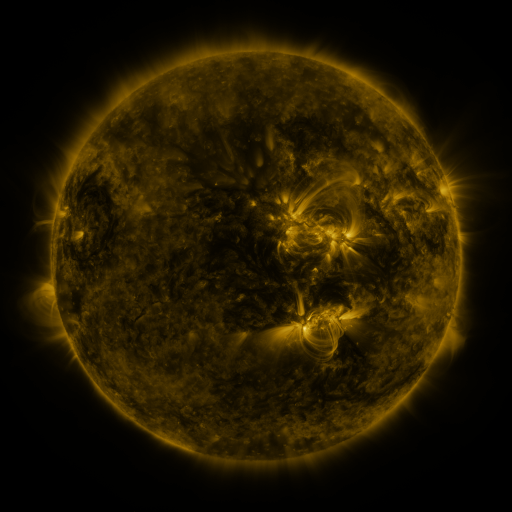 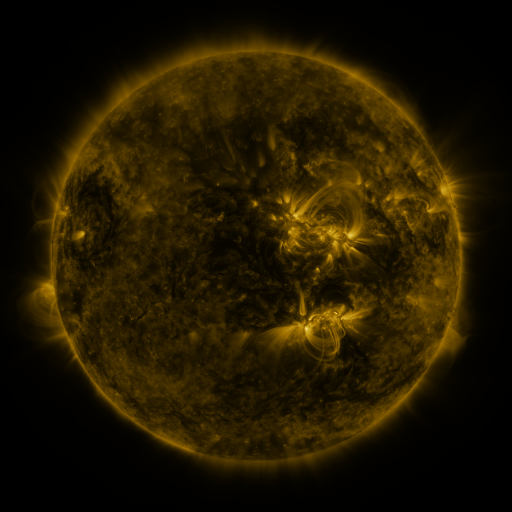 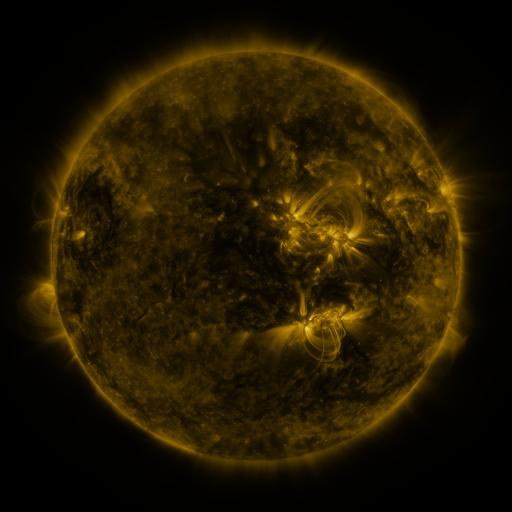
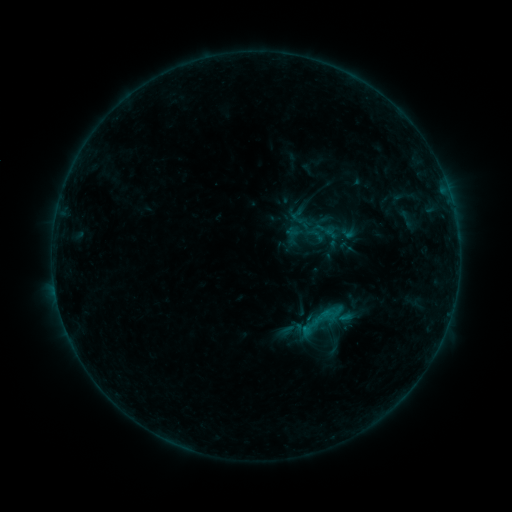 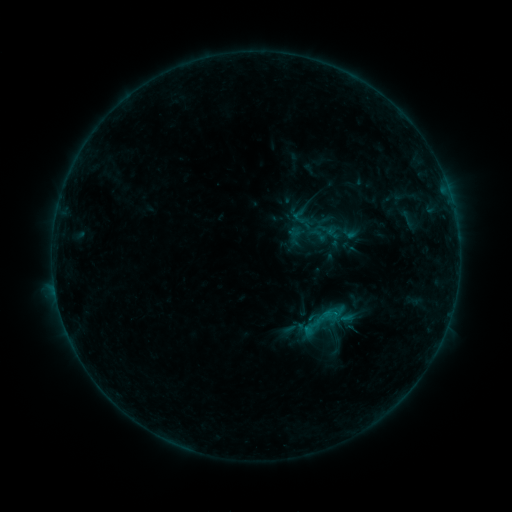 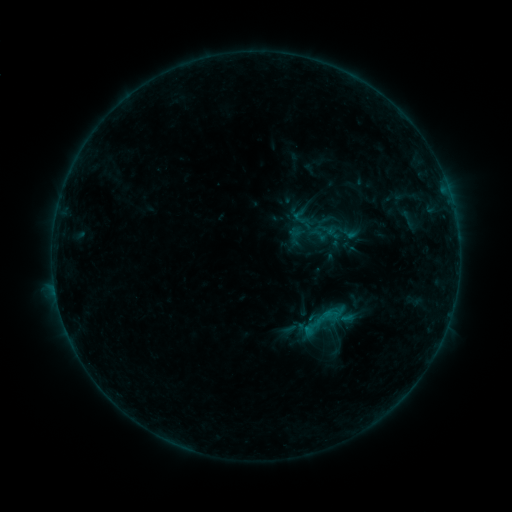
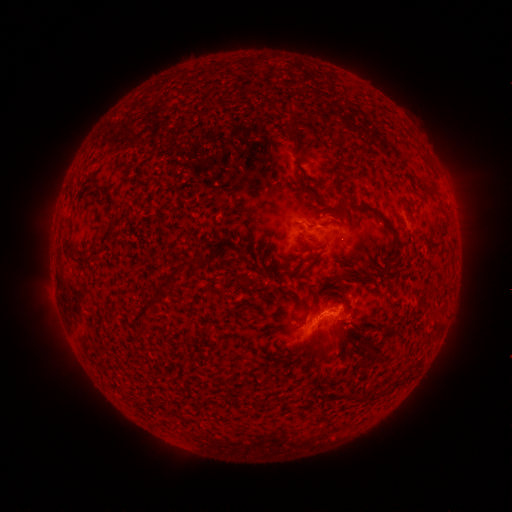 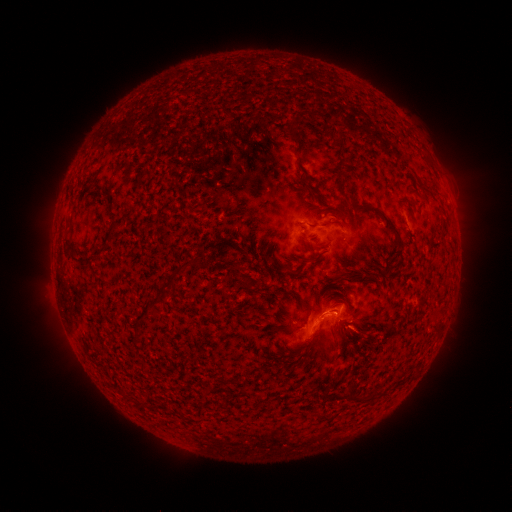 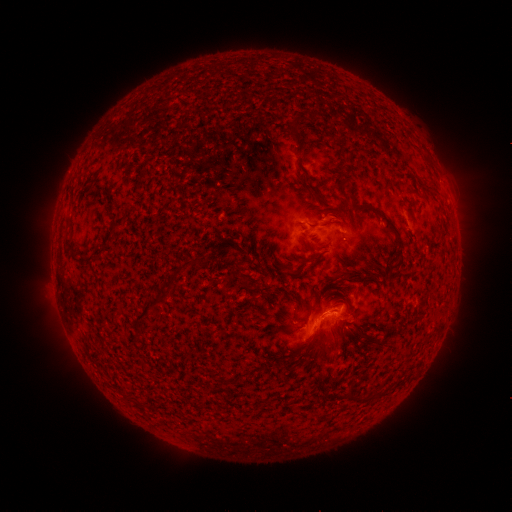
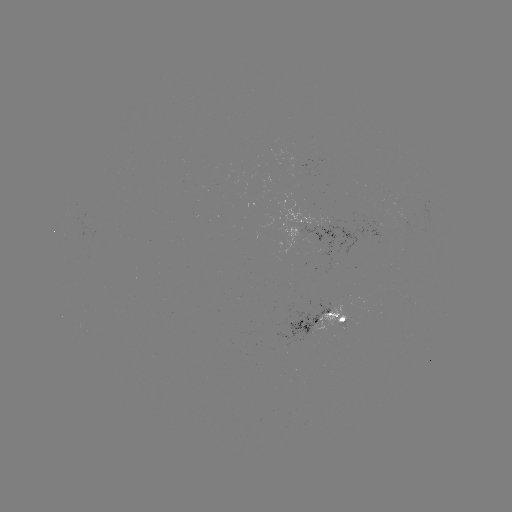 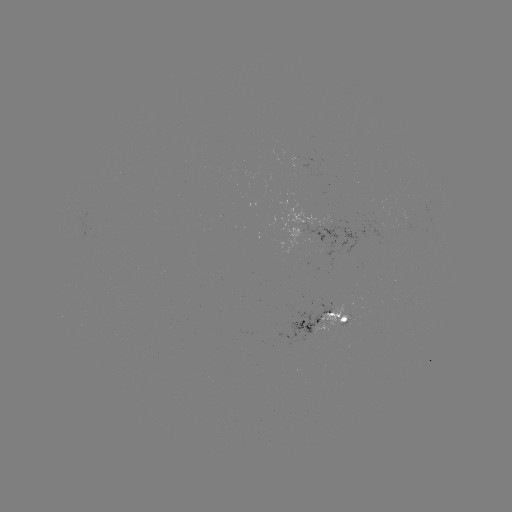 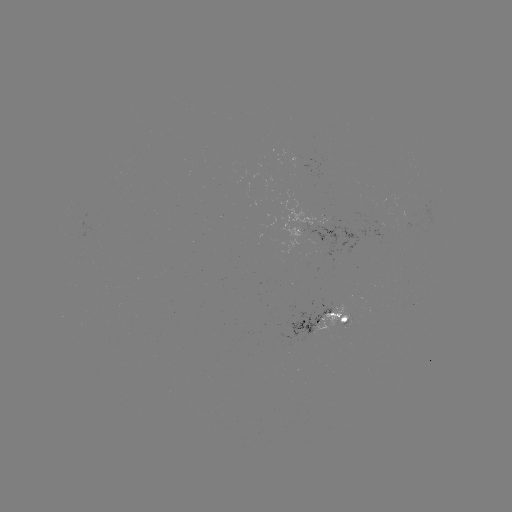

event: emerging-flux region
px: (343, 320)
